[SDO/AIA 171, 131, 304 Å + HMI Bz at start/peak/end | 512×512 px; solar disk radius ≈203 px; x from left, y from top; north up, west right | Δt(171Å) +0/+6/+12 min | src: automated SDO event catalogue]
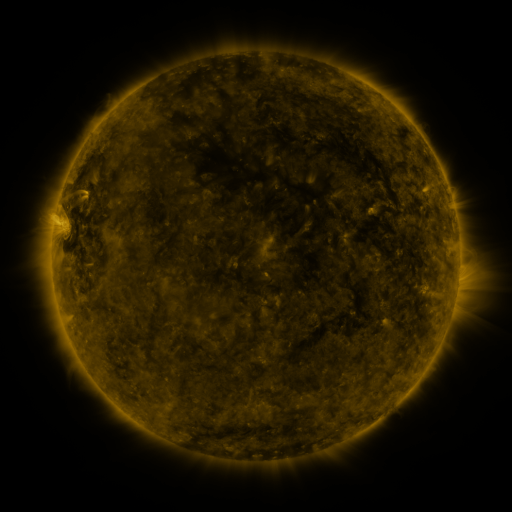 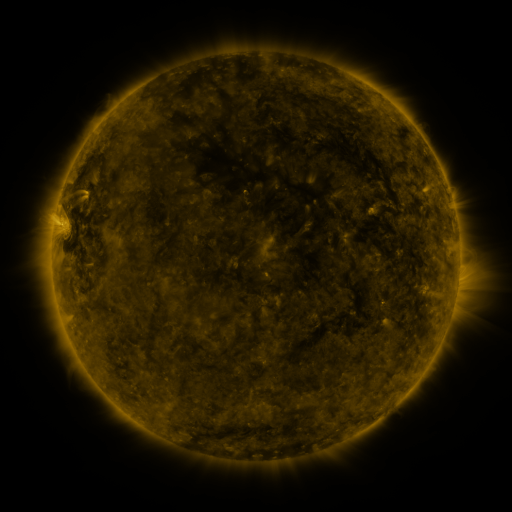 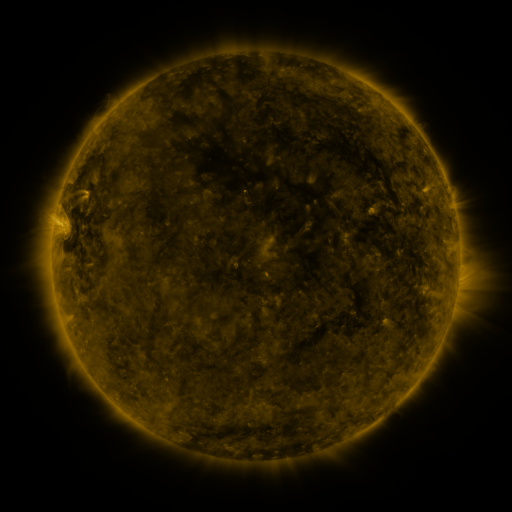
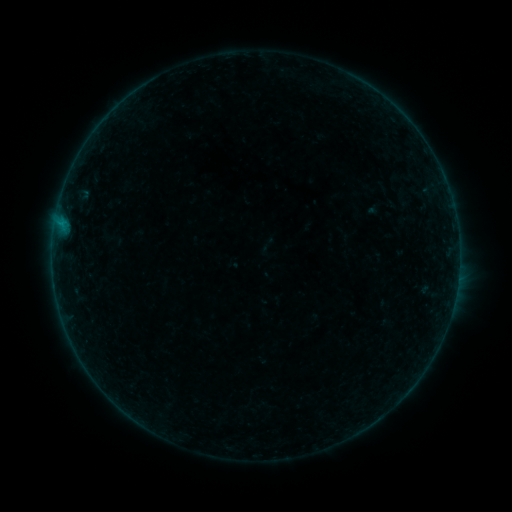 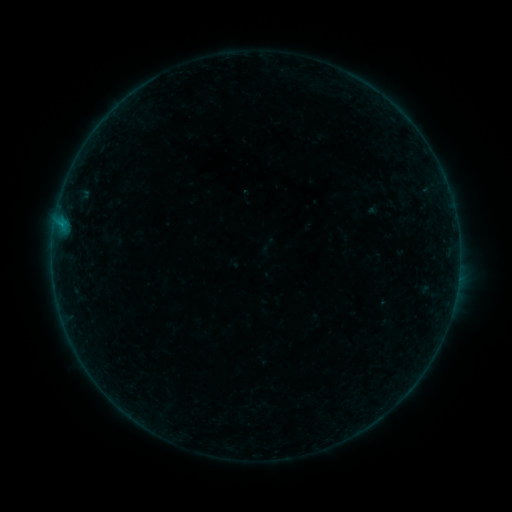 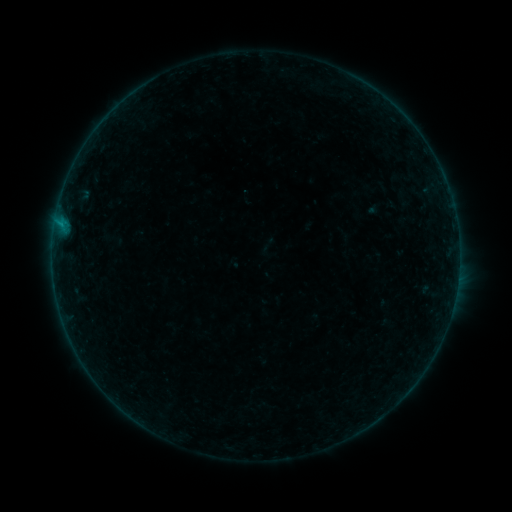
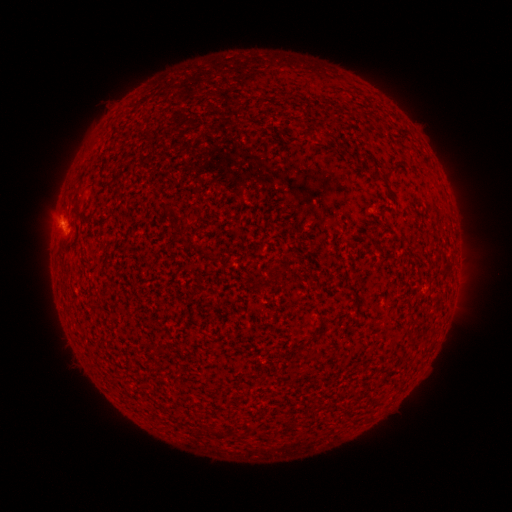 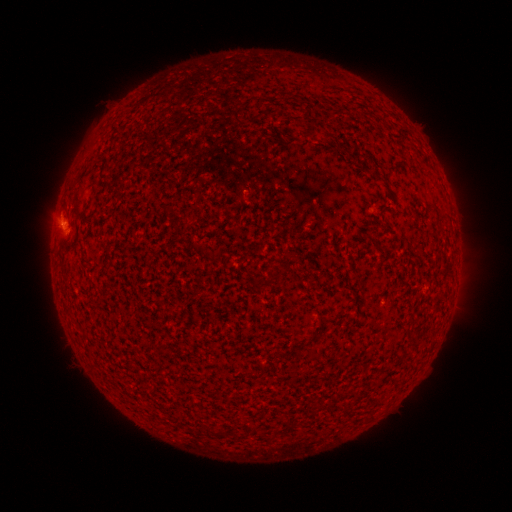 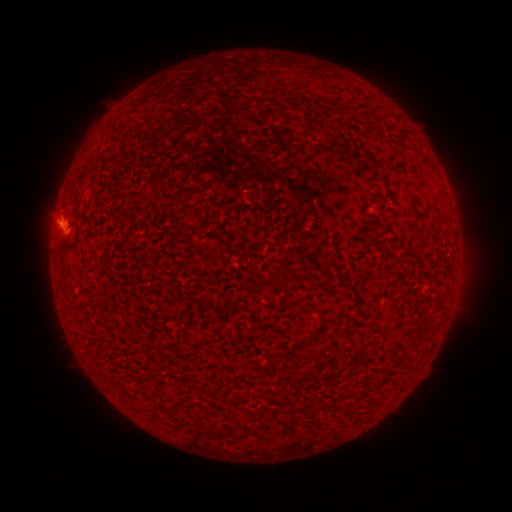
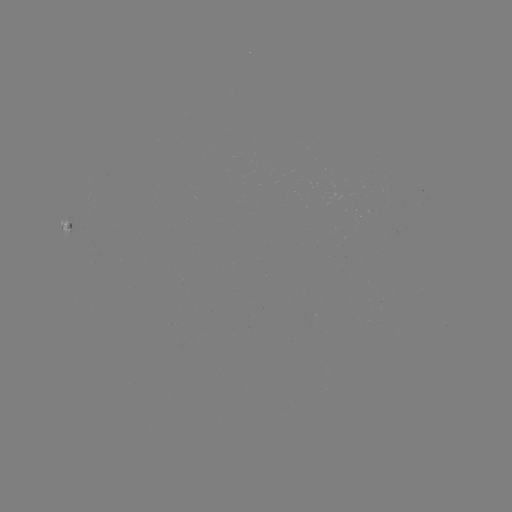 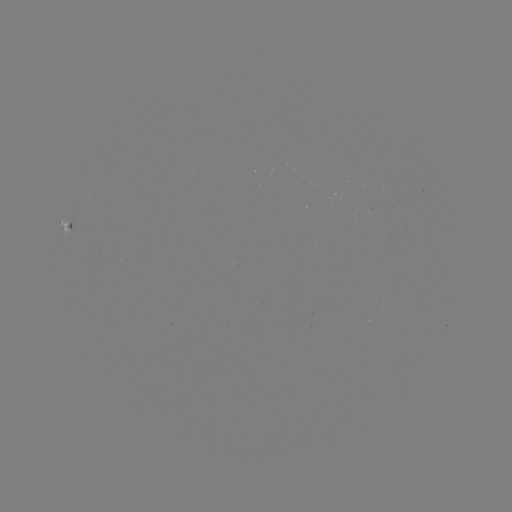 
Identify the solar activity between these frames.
B2.5 flare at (61, 226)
